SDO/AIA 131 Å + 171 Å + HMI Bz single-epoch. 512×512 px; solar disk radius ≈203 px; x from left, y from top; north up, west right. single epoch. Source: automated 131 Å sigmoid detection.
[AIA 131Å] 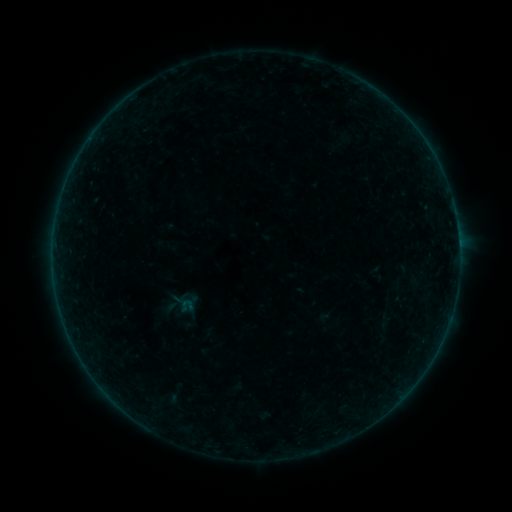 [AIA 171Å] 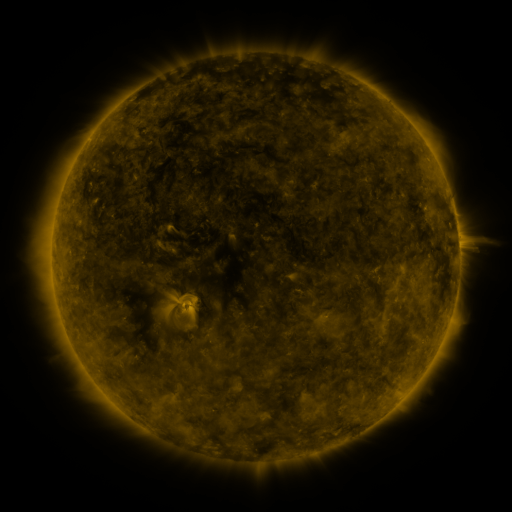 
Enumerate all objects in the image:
sigmoid: (187, 304)
